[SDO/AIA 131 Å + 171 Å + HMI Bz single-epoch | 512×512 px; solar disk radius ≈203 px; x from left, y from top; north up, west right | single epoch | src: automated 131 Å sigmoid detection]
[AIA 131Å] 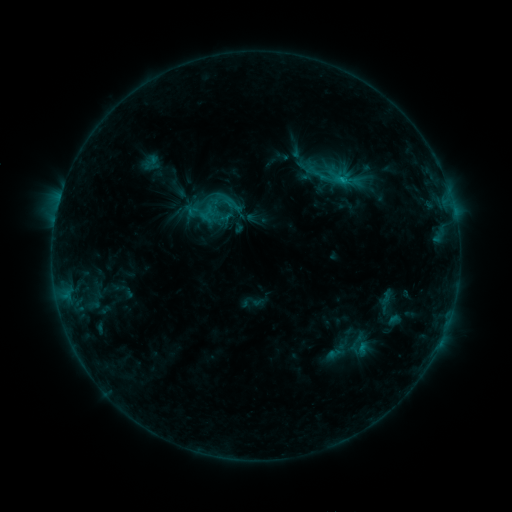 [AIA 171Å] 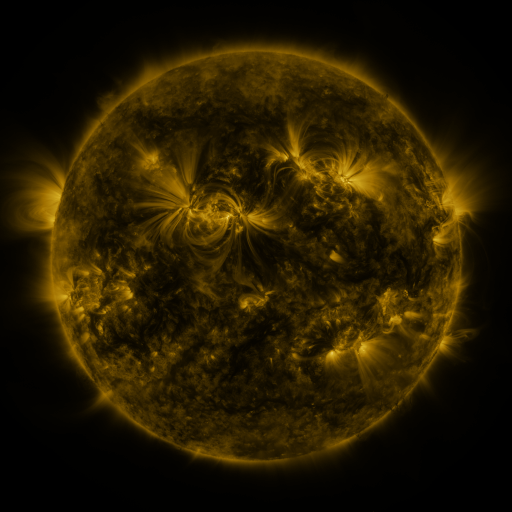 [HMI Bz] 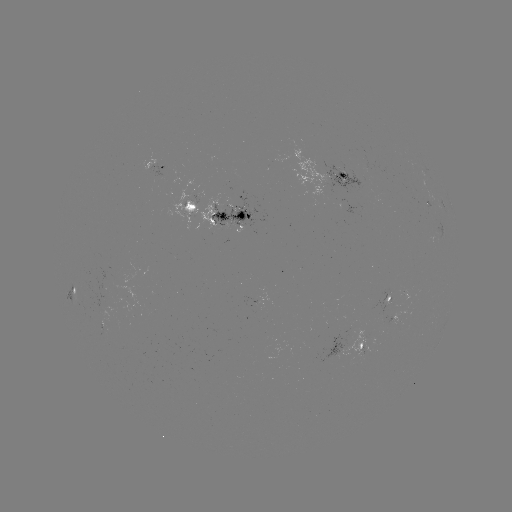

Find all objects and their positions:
sigmoid: (316, 171)
sigmoid: (203, 201)
